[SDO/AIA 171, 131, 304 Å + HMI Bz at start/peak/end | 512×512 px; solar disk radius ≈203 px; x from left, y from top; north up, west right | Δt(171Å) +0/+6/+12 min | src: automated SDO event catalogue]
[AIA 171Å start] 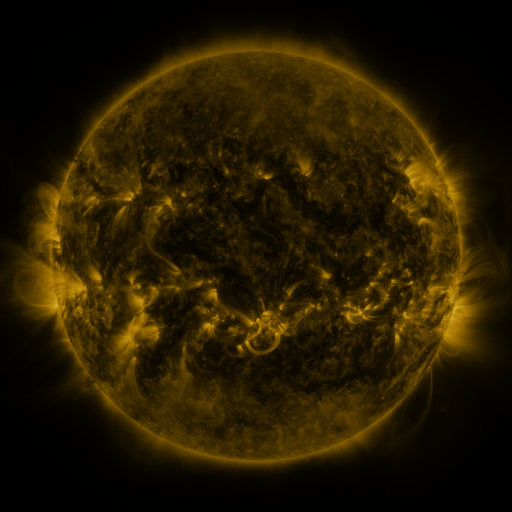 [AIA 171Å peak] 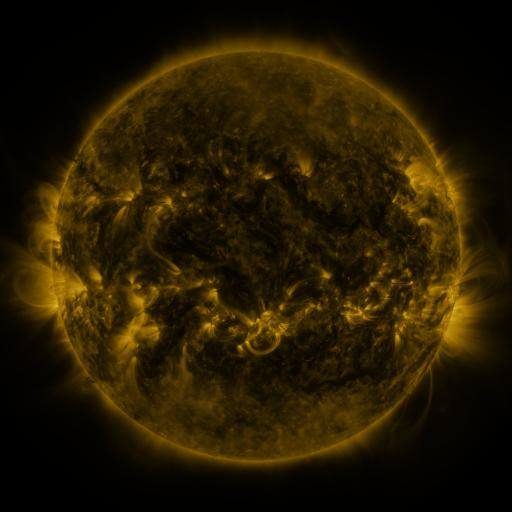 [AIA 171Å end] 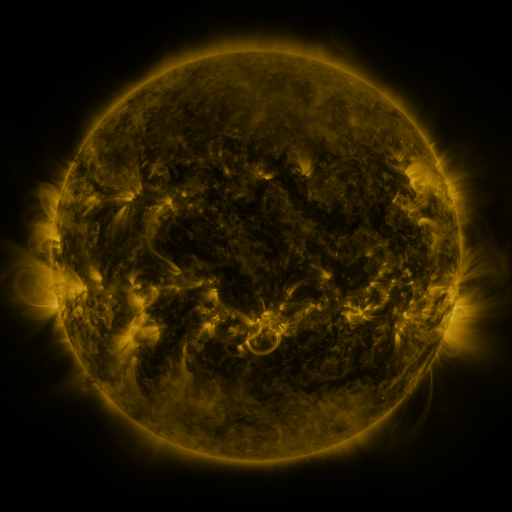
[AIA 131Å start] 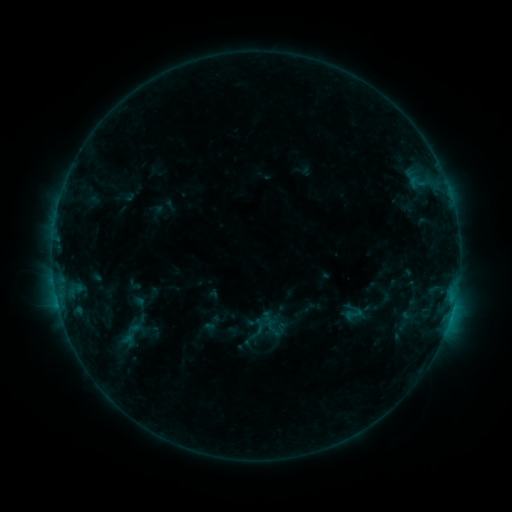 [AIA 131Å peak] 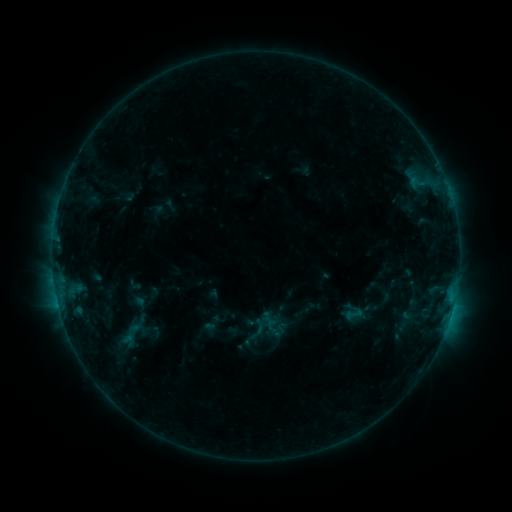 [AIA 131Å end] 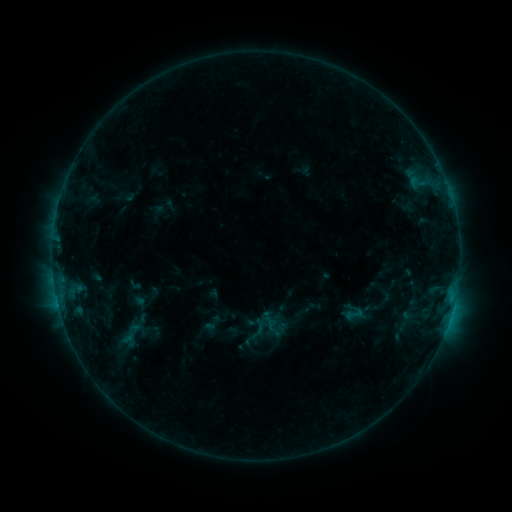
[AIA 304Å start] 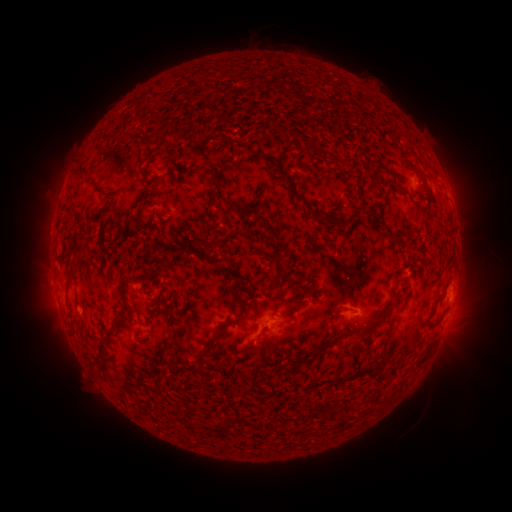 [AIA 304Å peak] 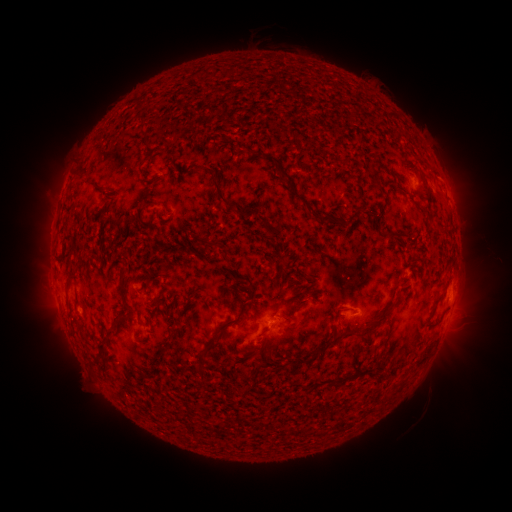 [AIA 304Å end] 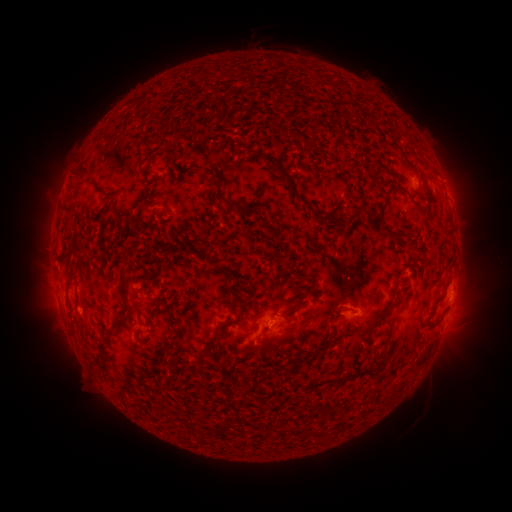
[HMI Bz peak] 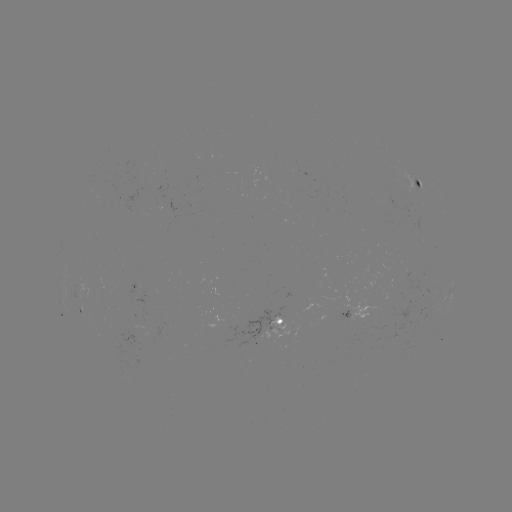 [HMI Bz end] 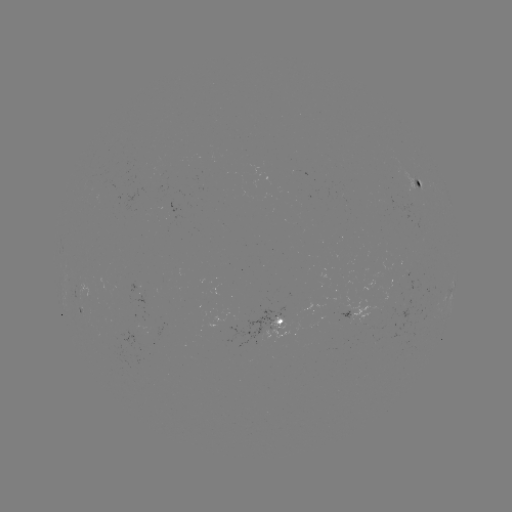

no flare in any classed list; no EUV-trigger detection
